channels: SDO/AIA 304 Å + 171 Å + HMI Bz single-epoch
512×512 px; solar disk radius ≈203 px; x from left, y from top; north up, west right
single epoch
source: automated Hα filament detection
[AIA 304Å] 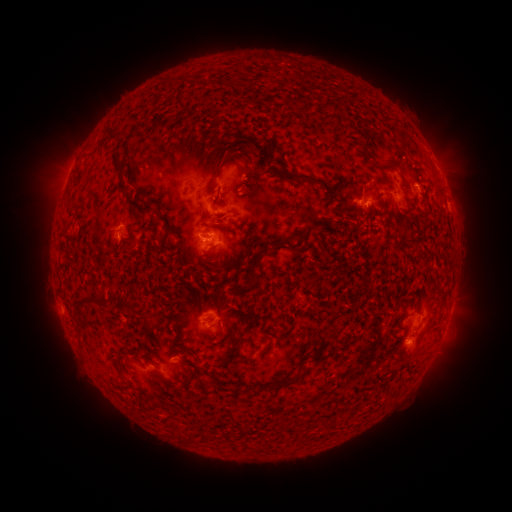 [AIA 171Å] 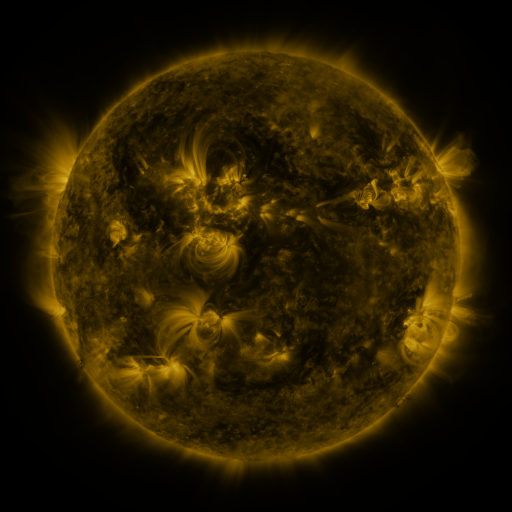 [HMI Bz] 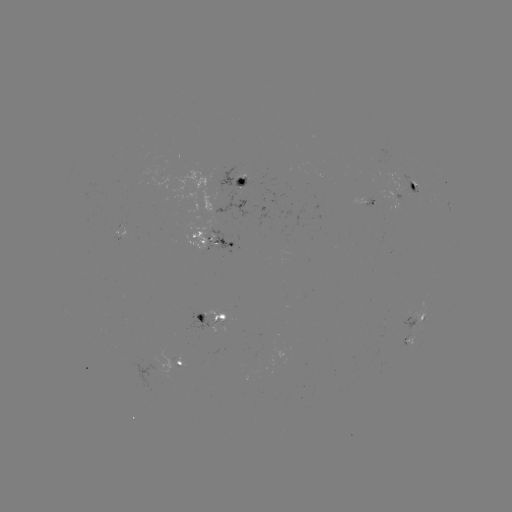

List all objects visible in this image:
filament: (119, 158)
filament: (394, 166)
filament: (247, 171)
filament: (300, 178)
filament: (141, 207)
filament: (166, 226)
filament: (89, 297)
filament: (198, 316)
filament: (221, 317)
filament: (282, 383)
